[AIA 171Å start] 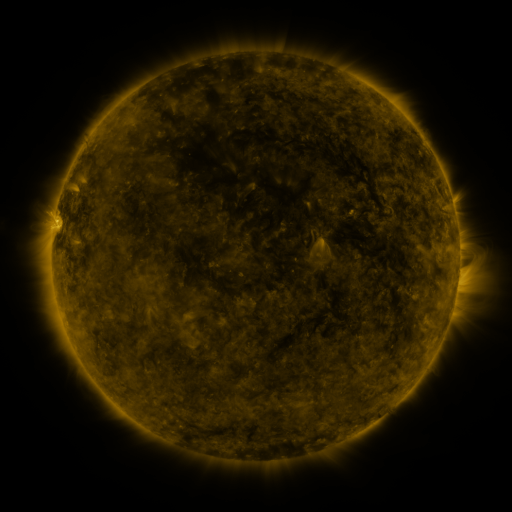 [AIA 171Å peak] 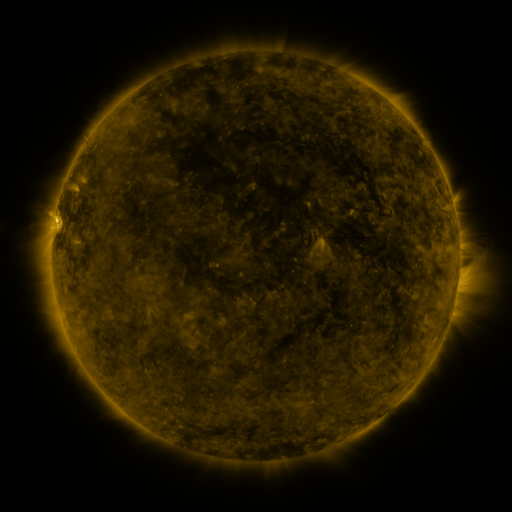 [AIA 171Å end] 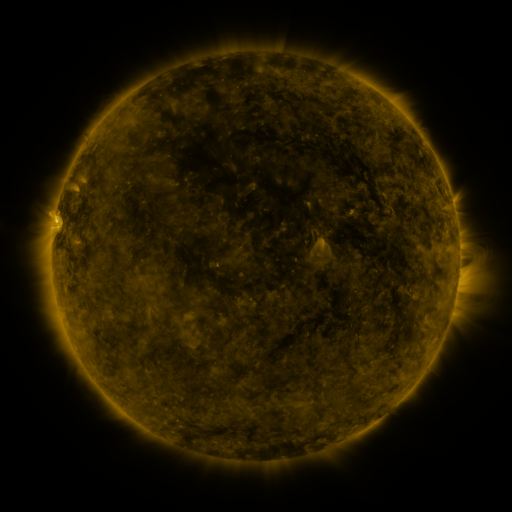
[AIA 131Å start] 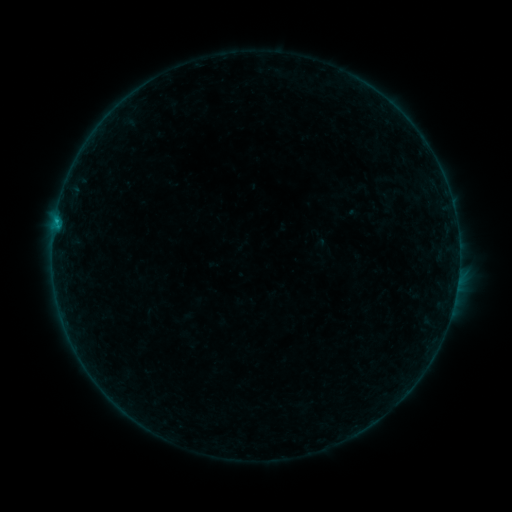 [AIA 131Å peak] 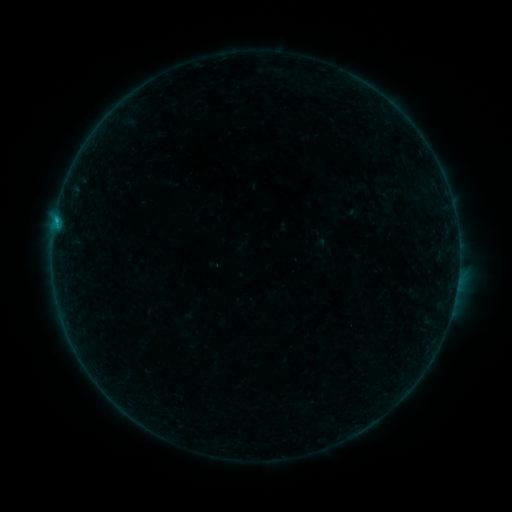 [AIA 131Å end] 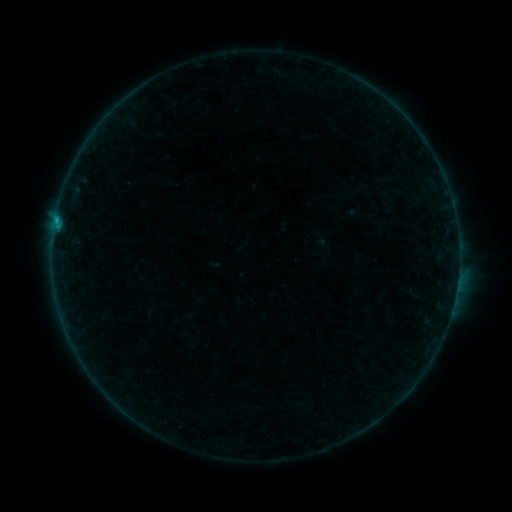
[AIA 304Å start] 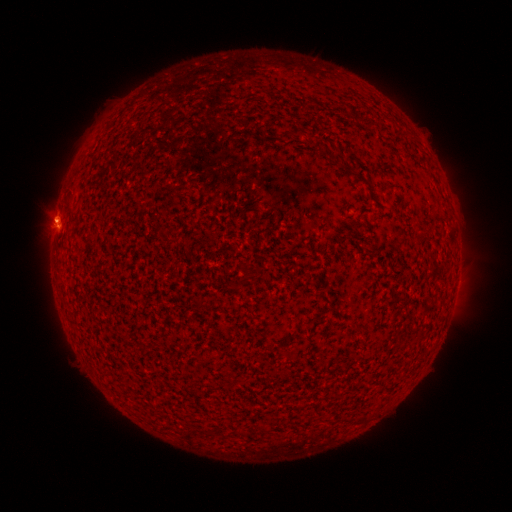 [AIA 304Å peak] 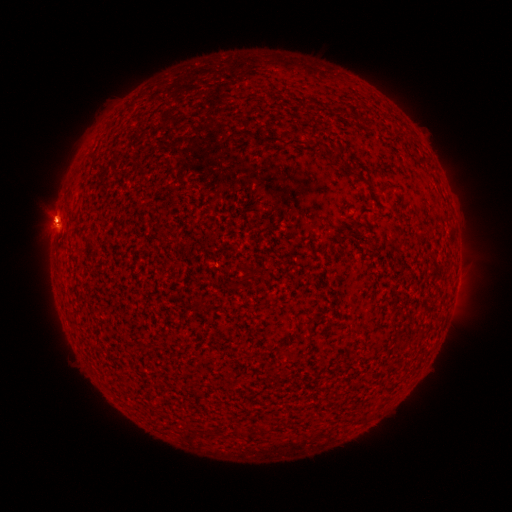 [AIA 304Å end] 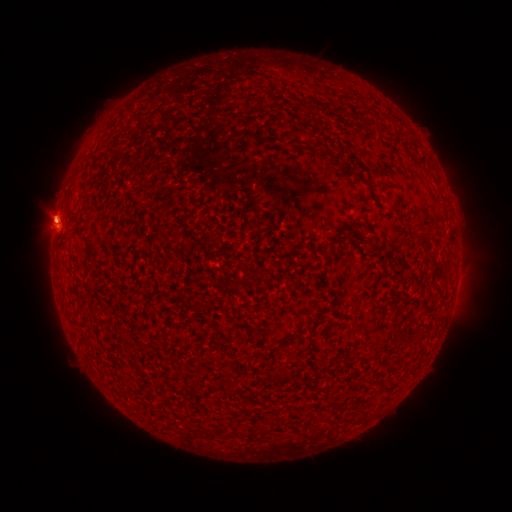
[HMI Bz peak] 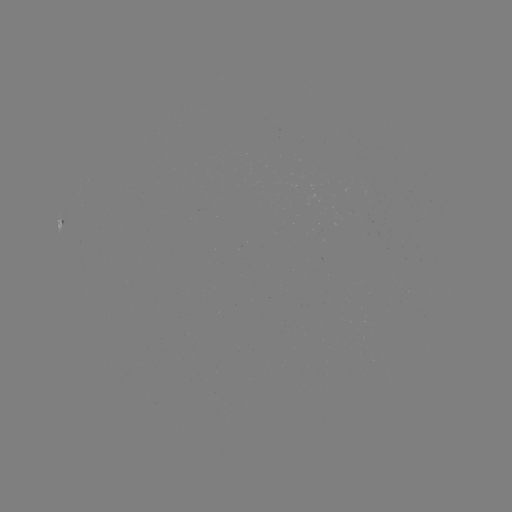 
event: flare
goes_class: B2.8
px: (58, 221)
